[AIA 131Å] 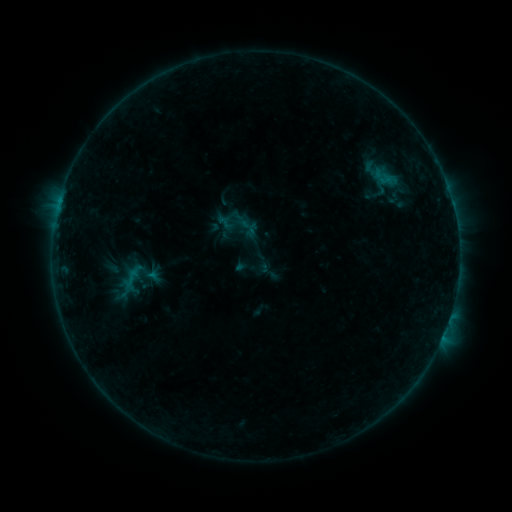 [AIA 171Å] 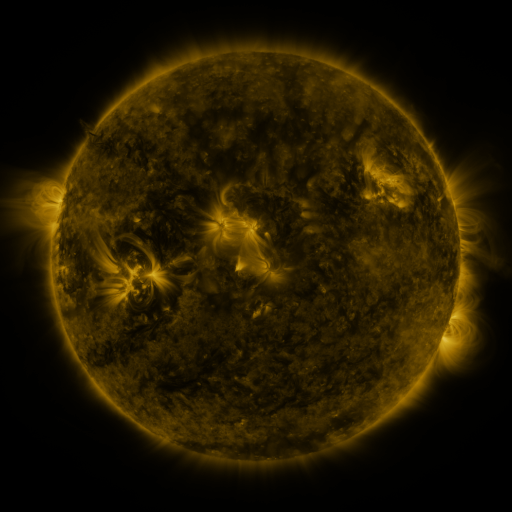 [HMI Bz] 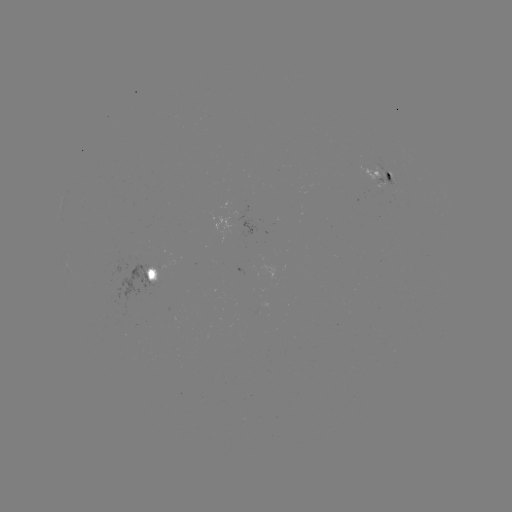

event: sigmoid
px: (132, 277)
